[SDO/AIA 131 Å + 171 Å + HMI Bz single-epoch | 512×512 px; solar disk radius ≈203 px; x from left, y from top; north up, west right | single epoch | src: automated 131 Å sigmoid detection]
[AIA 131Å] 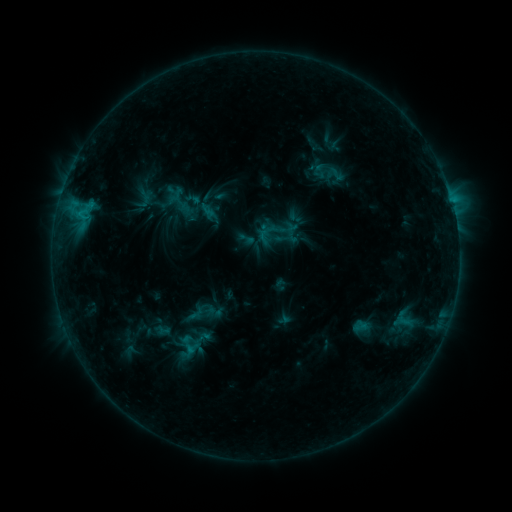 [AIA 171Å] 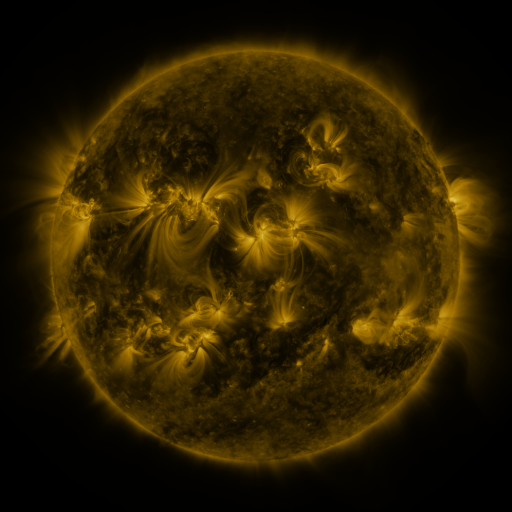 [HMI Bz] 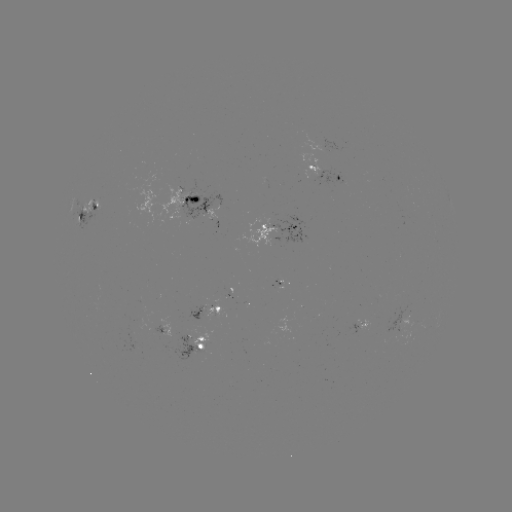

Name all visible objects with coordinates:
sigmoid: (178, 199)
sigmoid: (247, 239)
